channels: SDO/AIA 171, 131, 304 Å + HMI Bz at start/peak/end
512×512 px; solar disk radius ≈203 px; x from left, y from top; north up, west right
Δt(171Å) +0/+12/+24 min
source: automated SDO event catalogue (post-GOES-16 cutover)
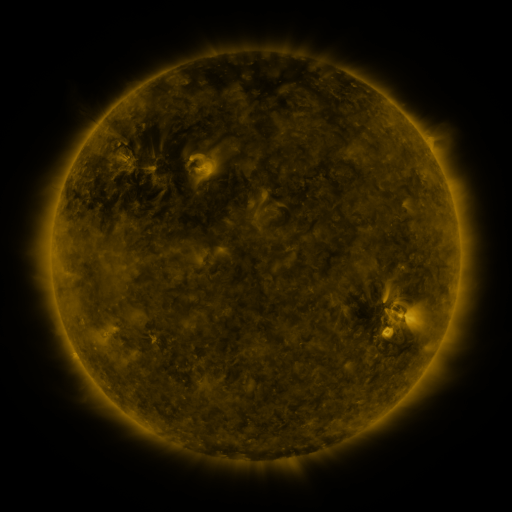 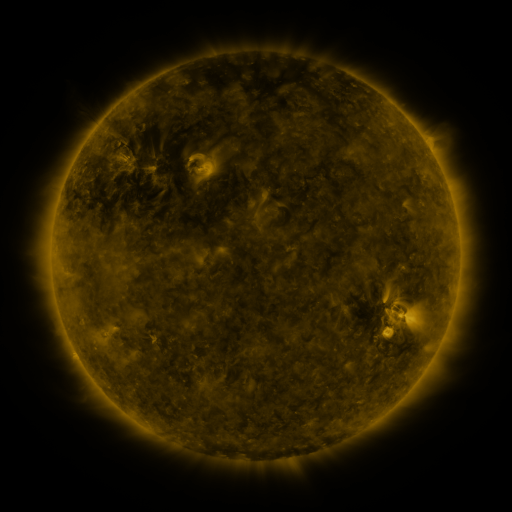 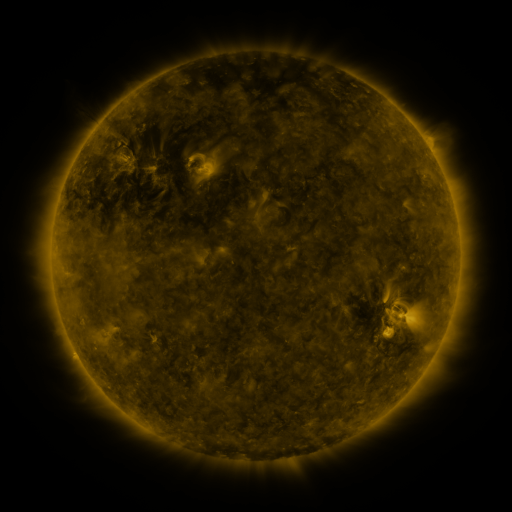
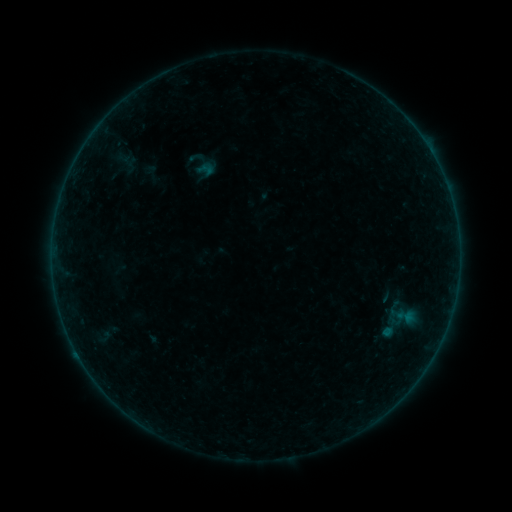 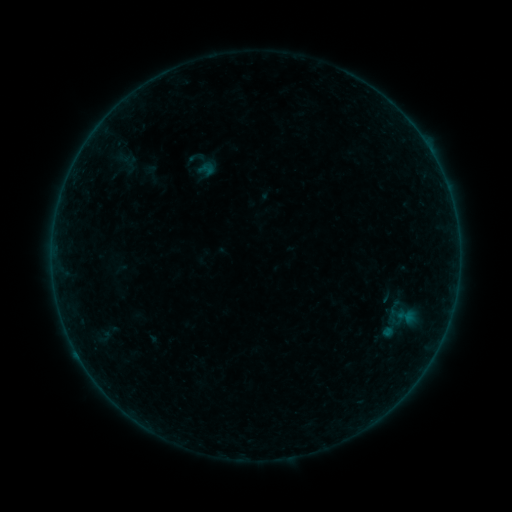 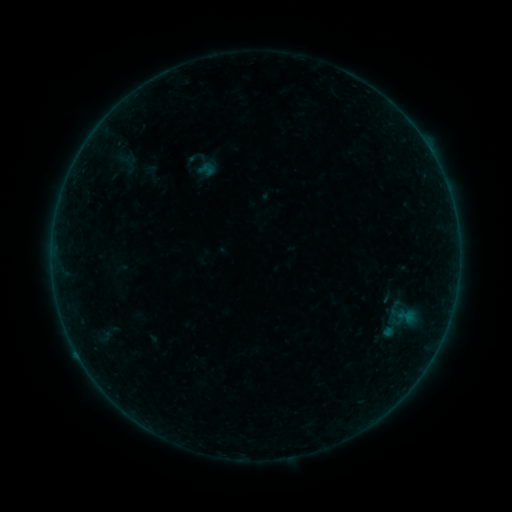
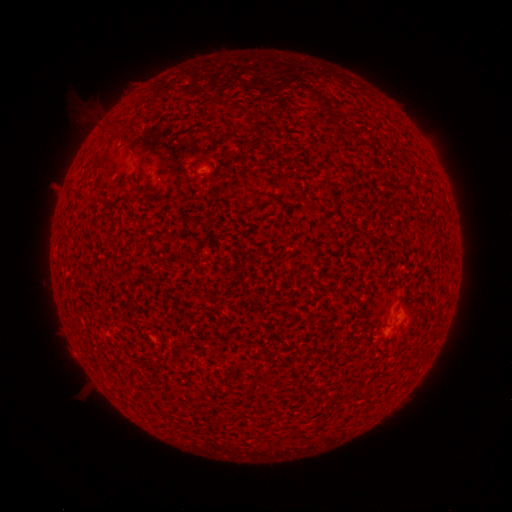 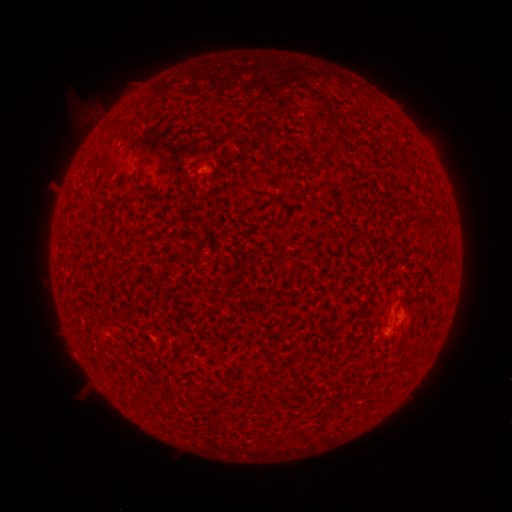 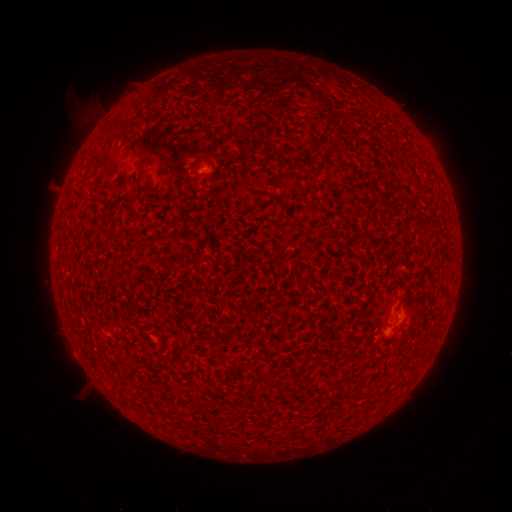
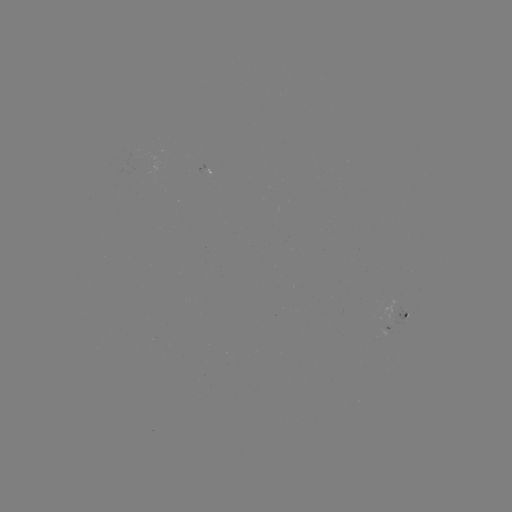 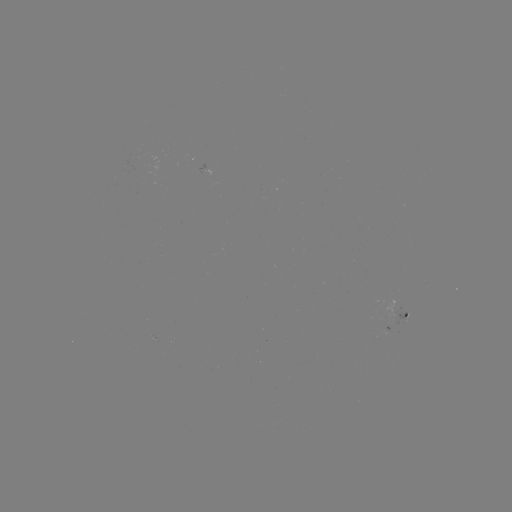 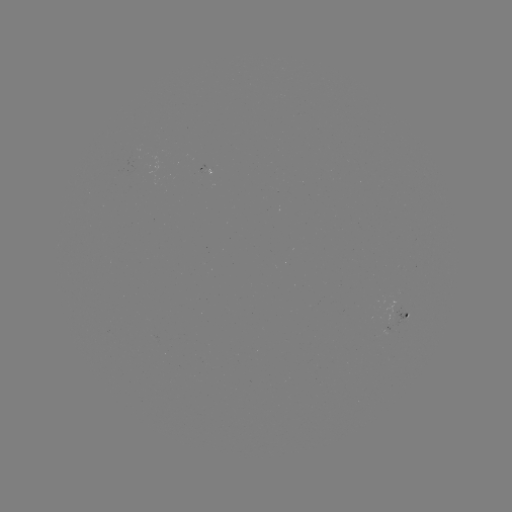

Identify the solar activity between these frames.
no classed flare was catalogued and no EUV brightening was flagged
